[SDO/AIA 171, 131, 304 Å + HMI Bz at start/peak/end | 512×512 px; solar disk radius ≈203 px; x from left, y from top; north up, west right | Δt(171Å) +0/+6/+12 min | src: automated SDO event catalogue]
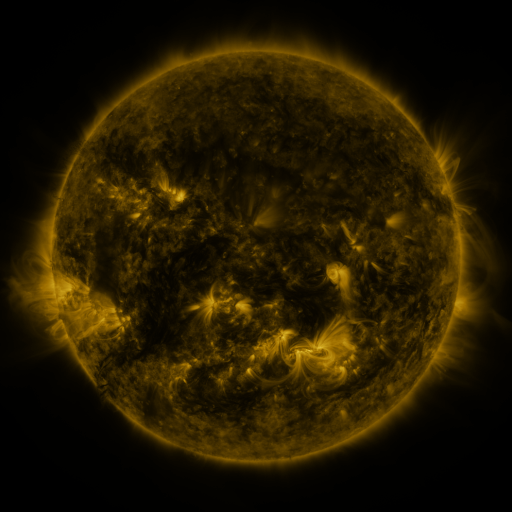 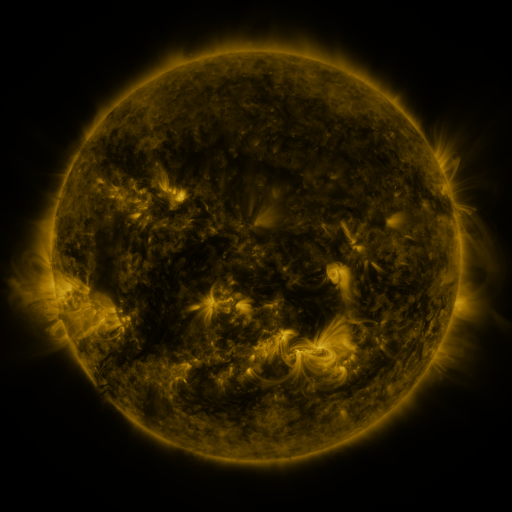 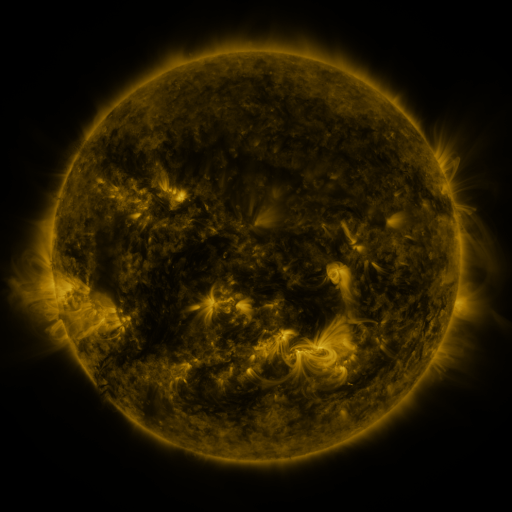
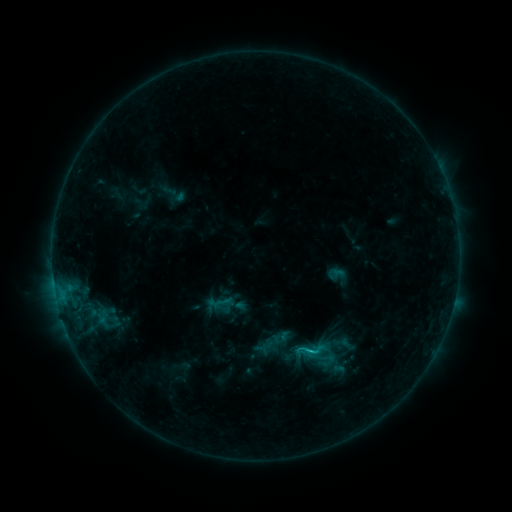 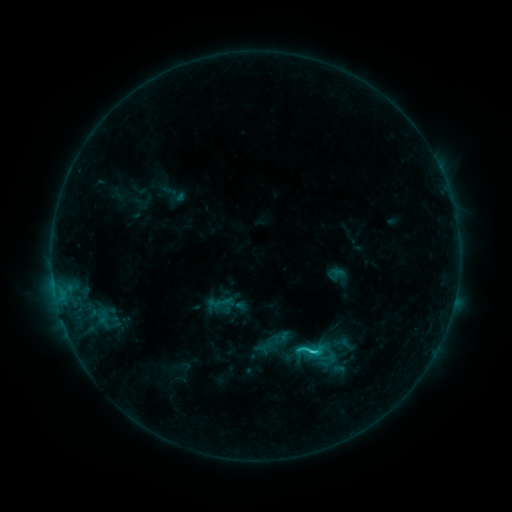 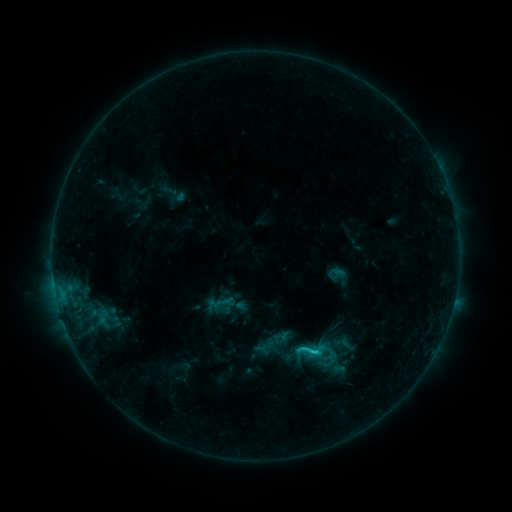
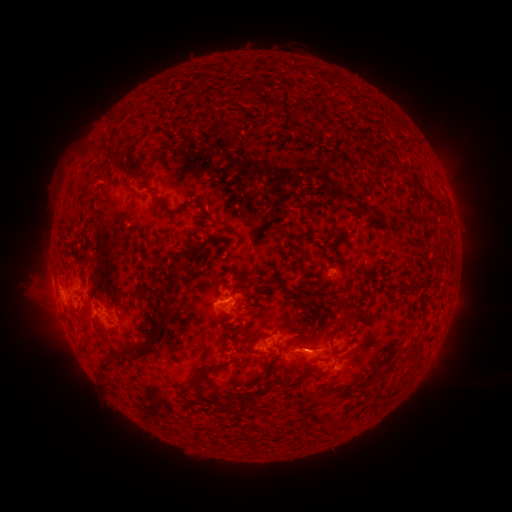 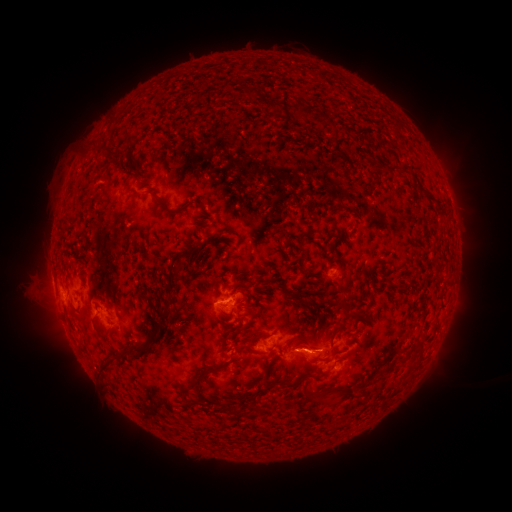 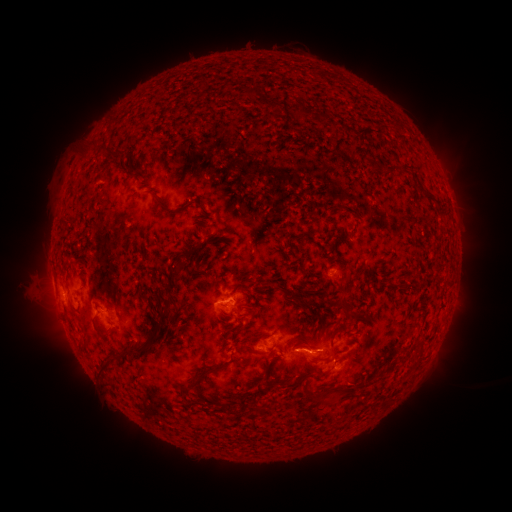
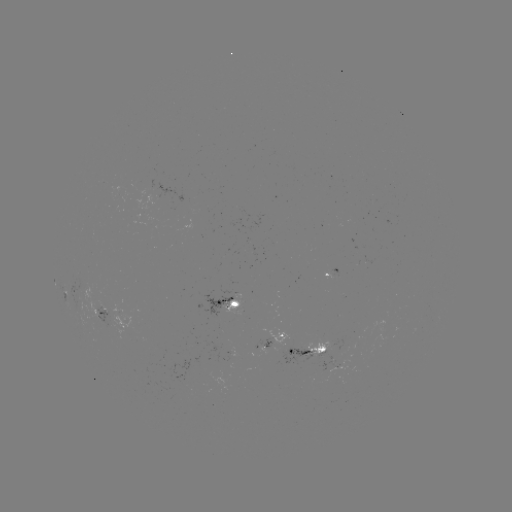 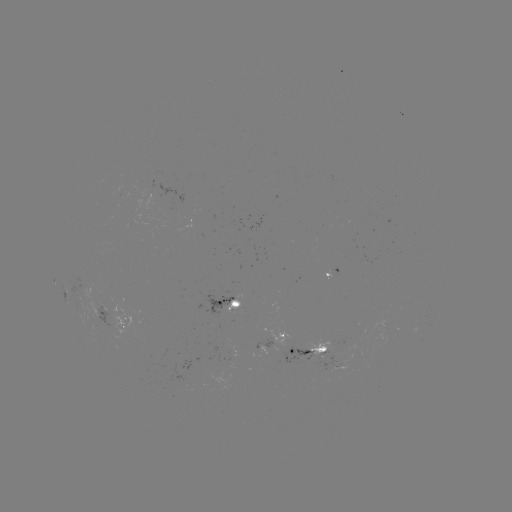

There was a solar flare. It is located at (311, 352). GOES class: C1.6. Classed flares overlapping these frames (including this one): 1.